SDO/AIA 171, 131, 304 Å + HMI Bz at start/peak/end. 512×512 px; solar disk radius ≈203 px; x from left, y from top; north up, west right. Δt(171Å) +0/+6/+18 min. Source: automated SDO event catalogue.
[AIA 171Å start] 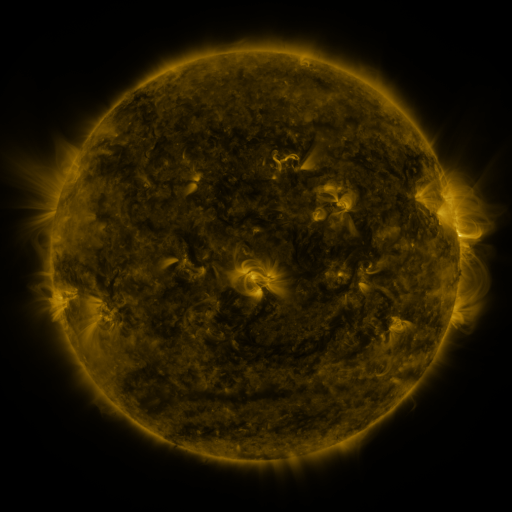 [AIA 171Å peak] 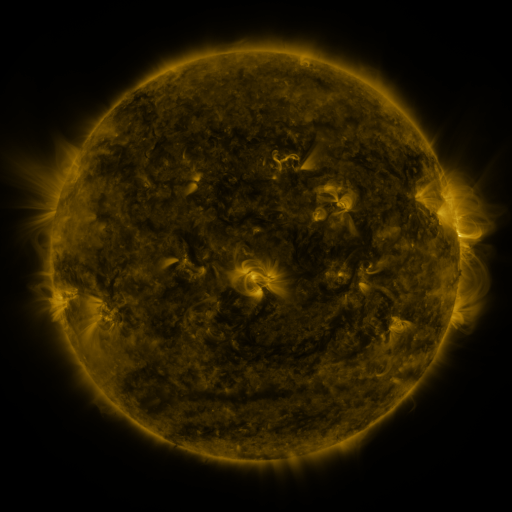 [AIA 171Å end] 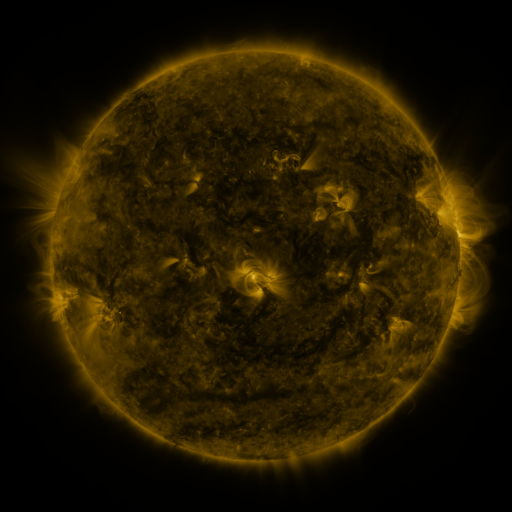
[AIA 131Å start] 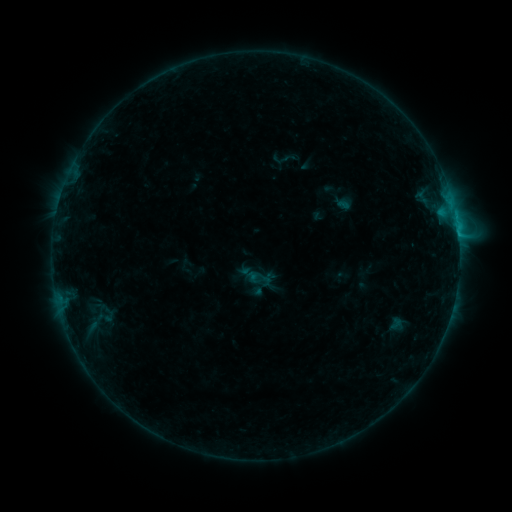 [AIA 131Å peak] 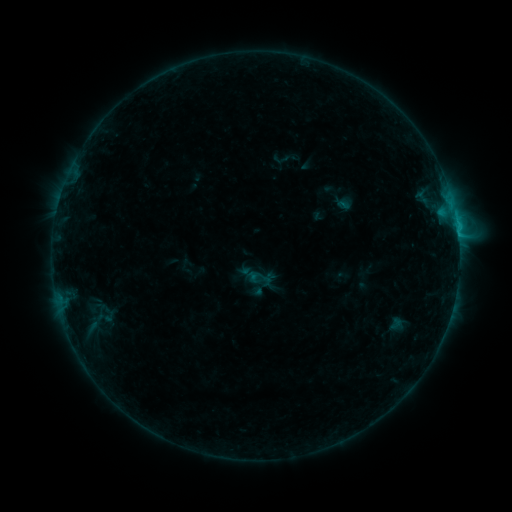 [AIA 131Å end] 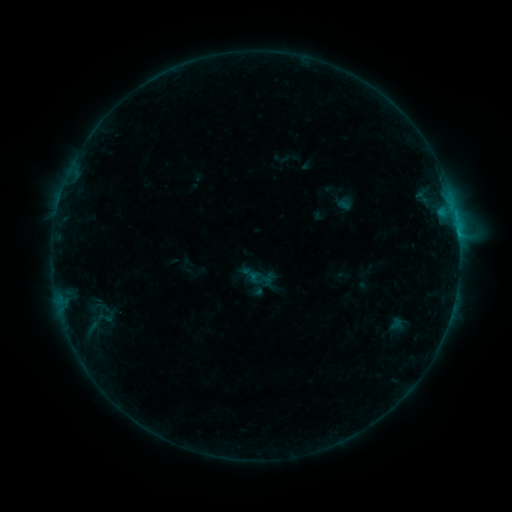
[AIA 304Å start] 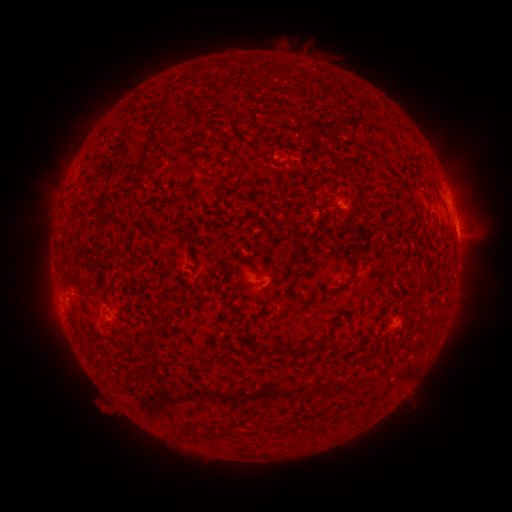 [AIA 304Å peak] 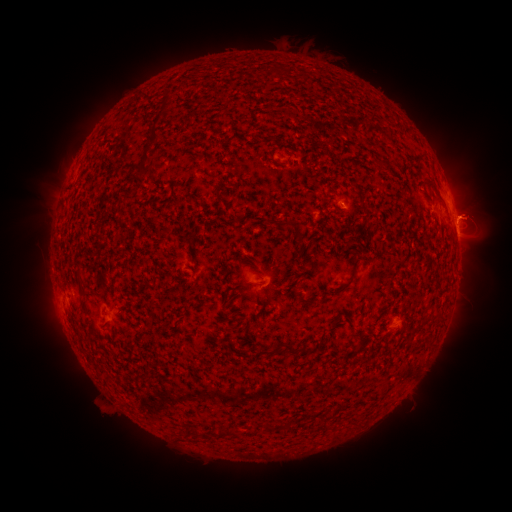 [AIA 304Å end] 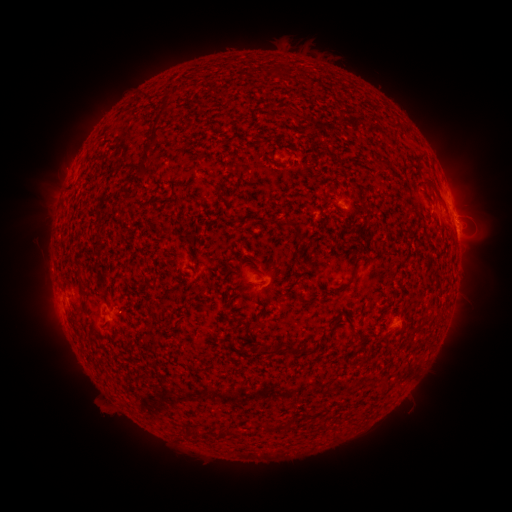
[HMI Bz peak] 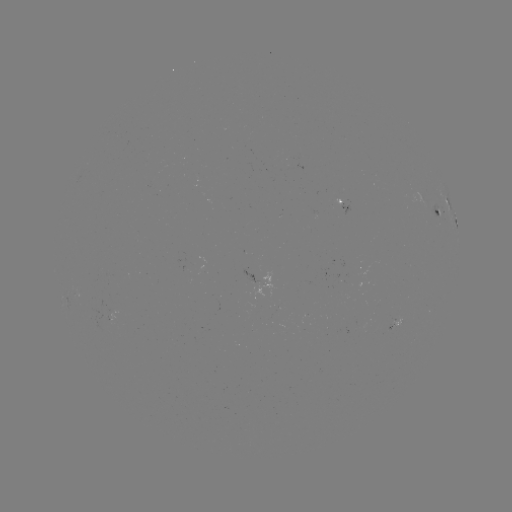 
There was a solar flare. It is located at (455, 220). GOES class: B6.9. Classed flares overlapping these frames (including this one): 2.